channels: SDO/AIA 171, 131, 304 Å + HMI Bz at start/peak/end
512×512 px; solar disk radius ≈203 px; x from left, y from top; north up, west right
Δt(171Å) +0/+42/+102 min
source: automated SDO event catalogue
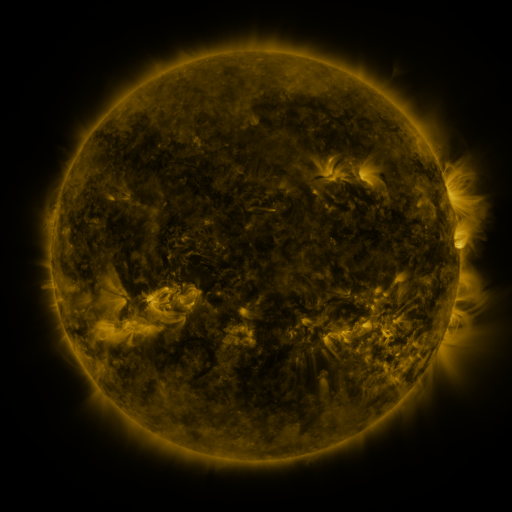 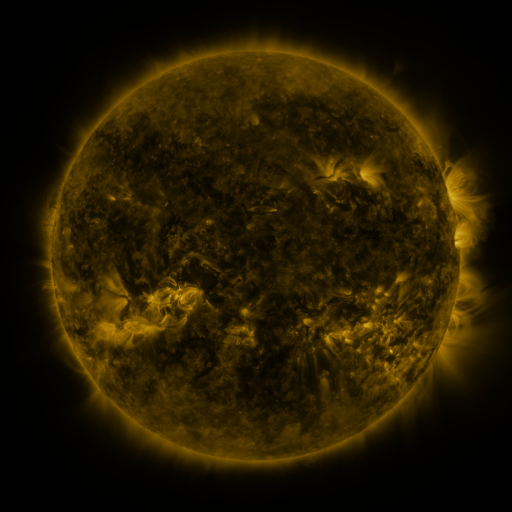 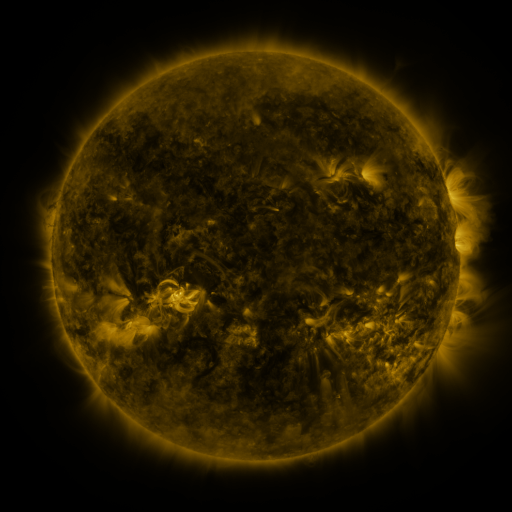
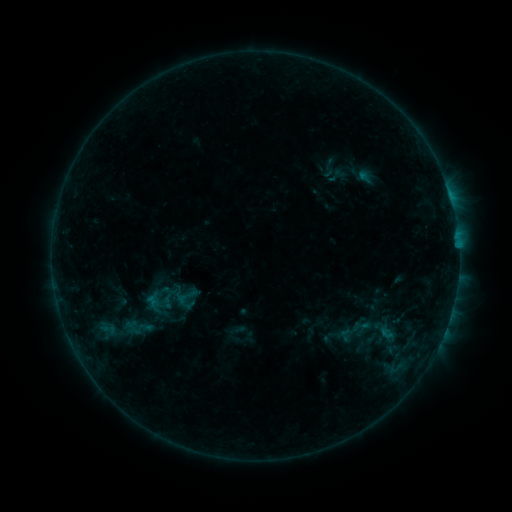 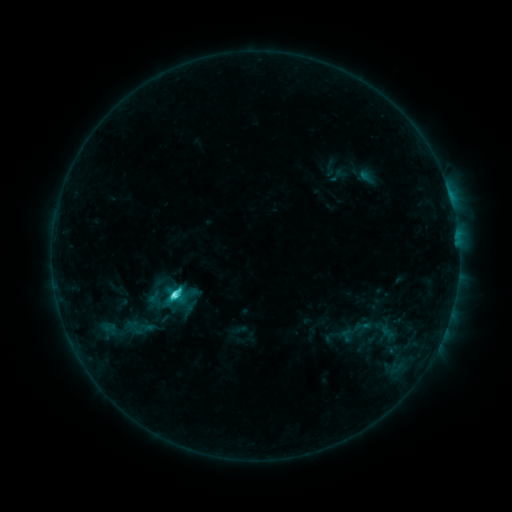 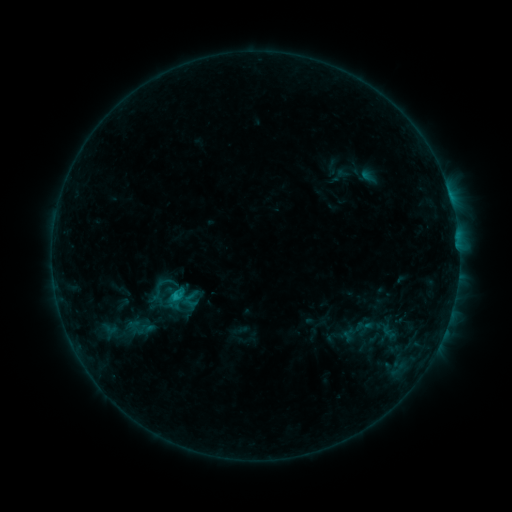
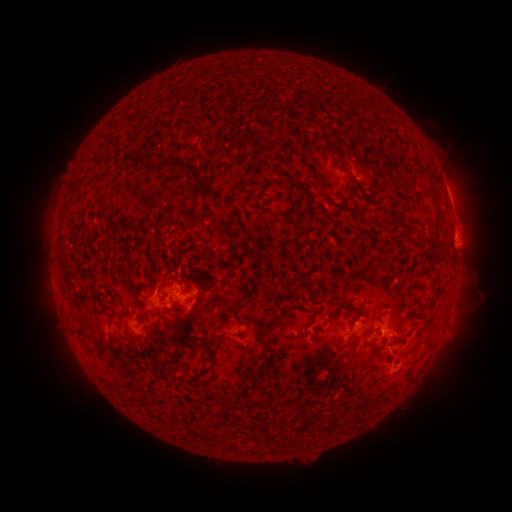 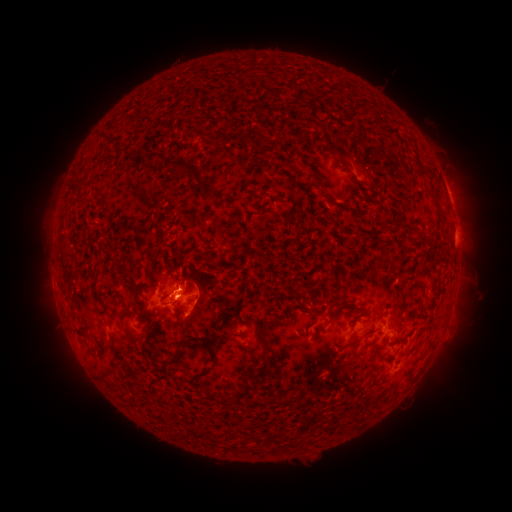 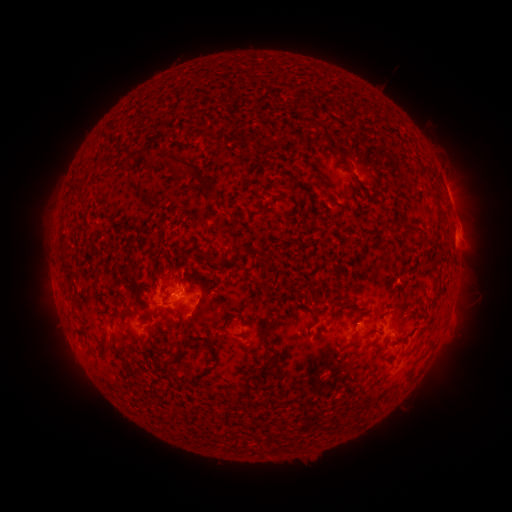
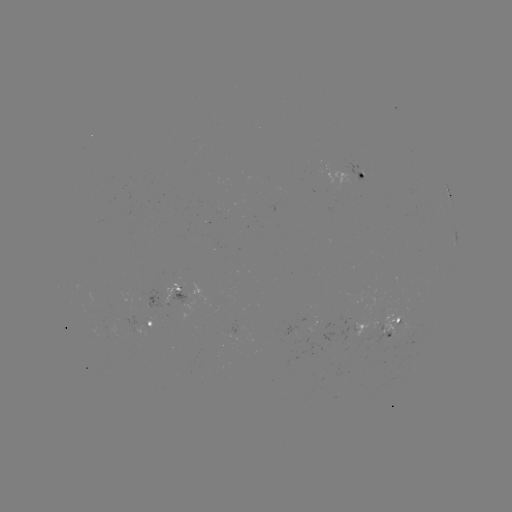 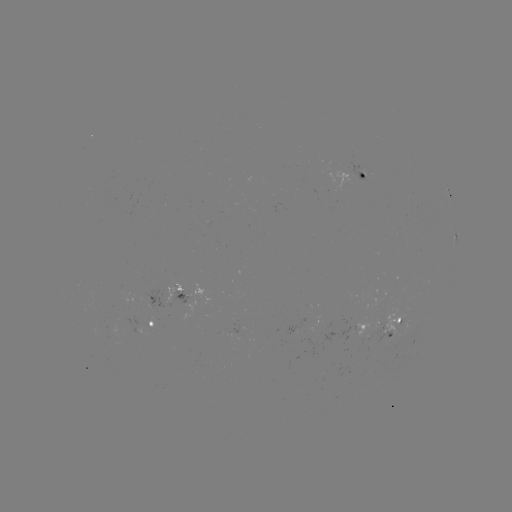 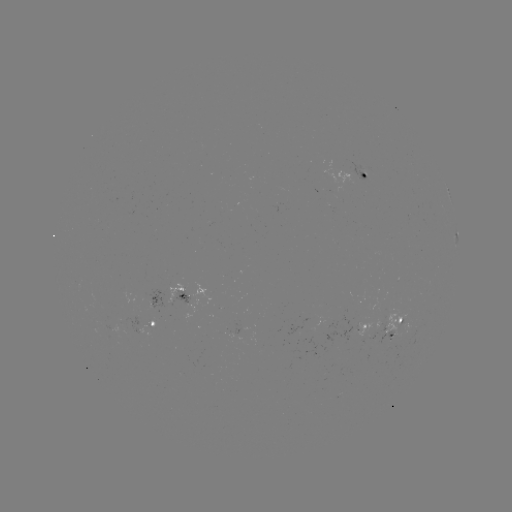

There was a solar flare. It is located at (177, 292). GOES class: C4.0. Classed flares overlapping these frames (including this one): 2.